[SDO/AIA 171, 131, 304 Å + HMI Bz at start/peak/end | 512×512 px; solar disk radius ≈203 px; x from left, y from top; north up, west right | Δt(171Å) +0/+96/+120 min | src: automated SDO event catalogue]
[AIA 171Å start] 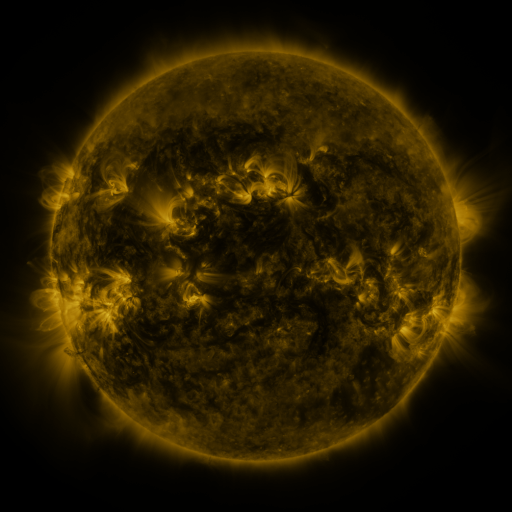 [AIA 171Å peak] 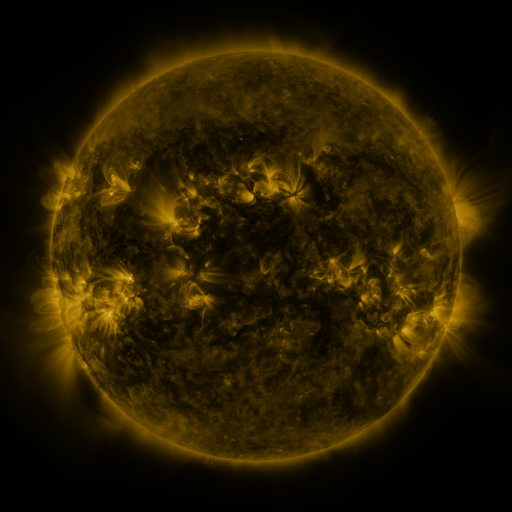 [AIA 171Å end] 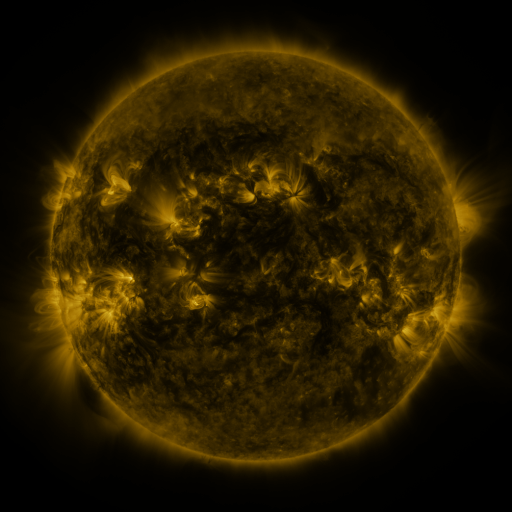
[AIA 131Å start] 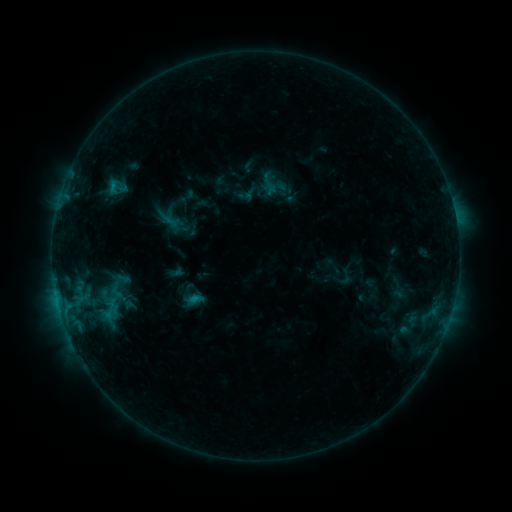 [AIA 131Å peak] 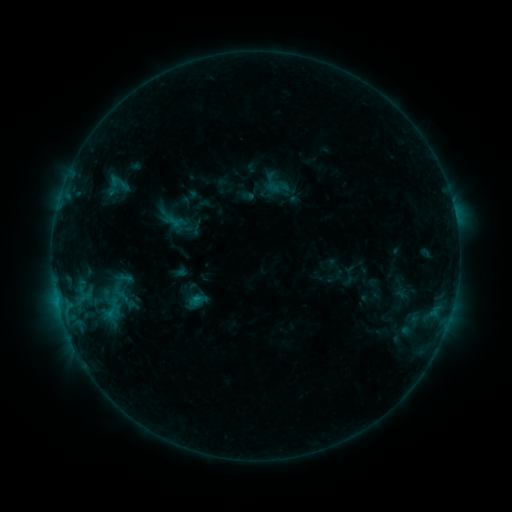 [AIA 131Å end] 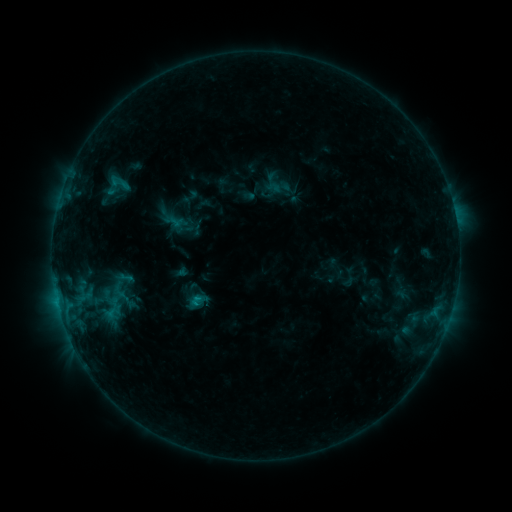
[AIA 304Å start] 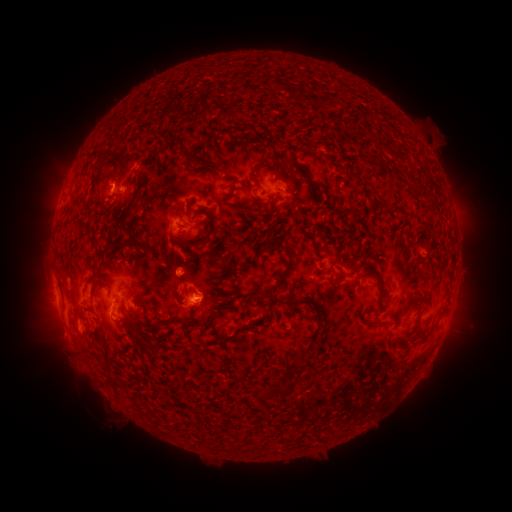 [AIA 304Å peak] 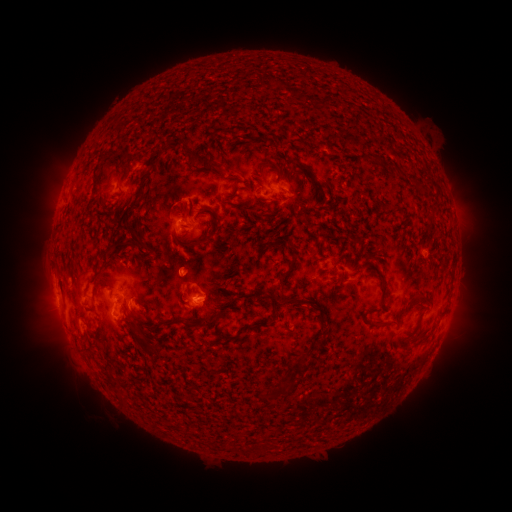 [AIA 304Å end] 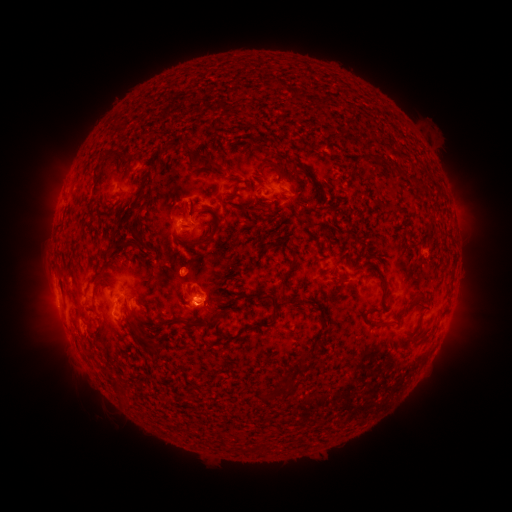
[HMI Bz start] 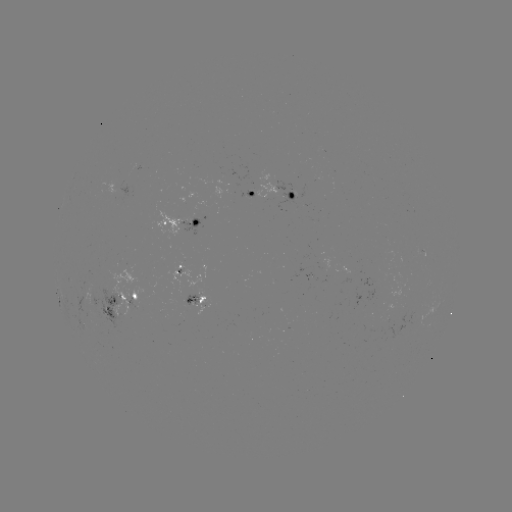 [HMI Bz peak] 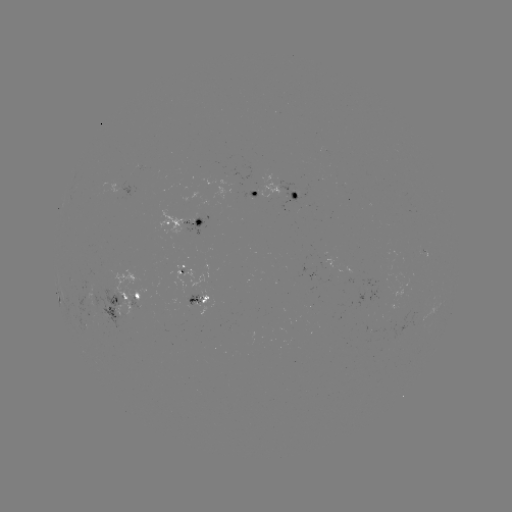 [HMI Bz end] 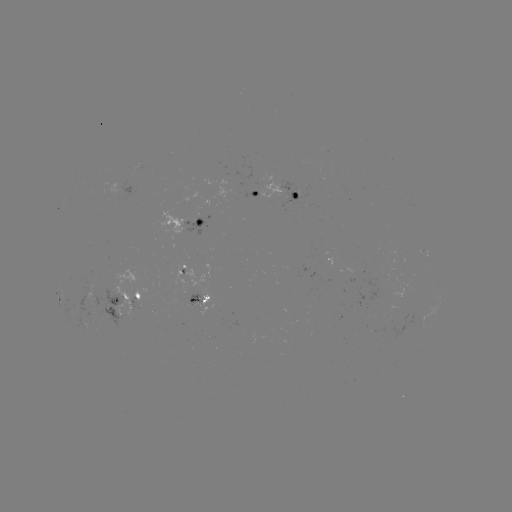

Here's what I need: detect emerging-flux region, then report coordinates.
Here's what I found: emerging-flux region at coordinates [403, 329].